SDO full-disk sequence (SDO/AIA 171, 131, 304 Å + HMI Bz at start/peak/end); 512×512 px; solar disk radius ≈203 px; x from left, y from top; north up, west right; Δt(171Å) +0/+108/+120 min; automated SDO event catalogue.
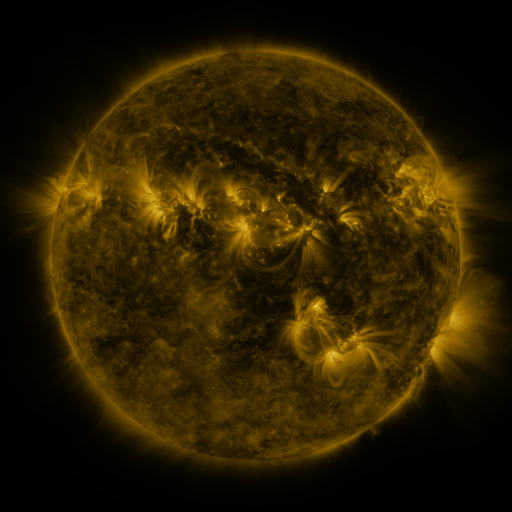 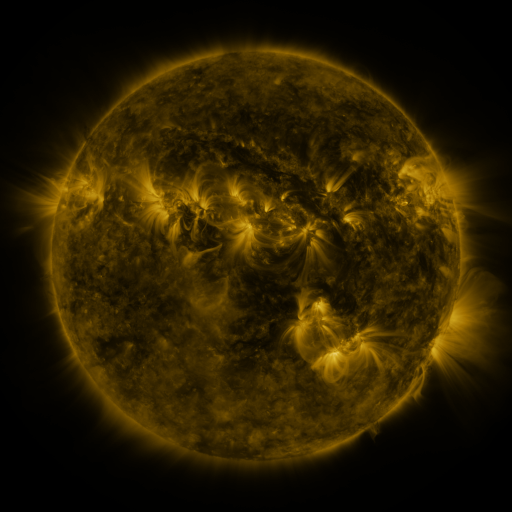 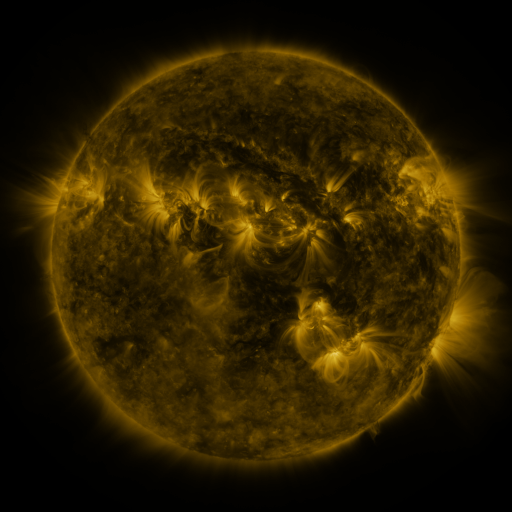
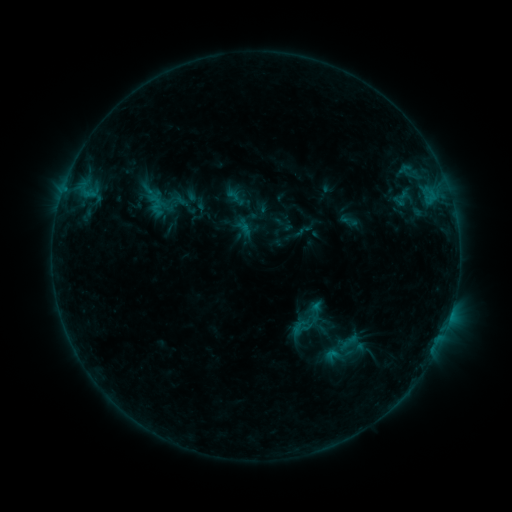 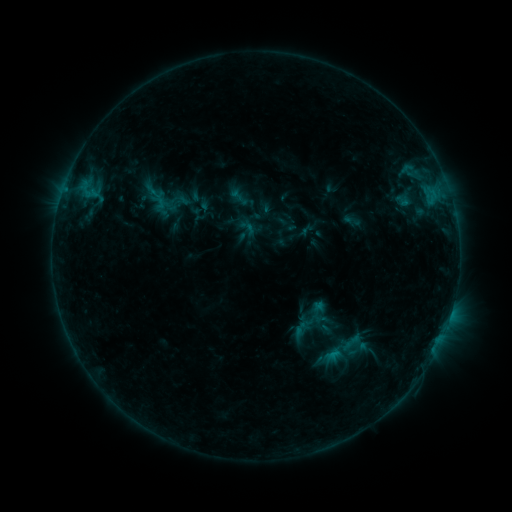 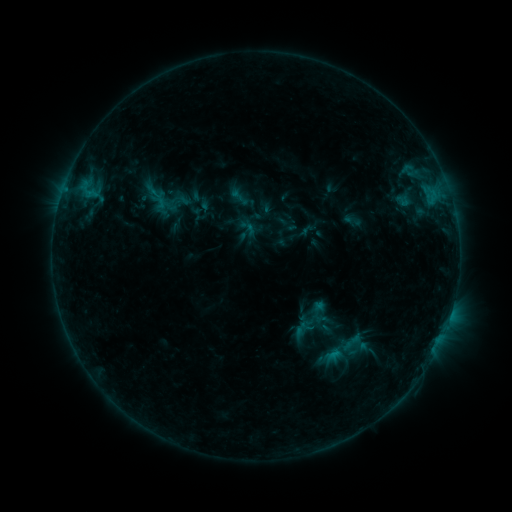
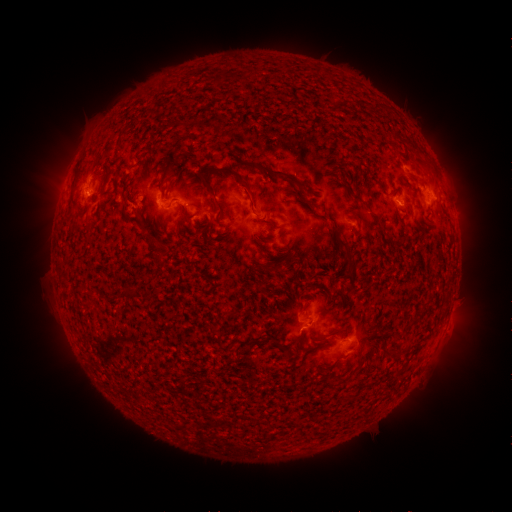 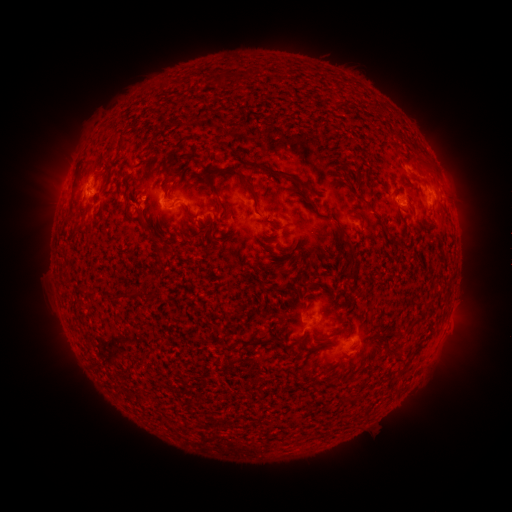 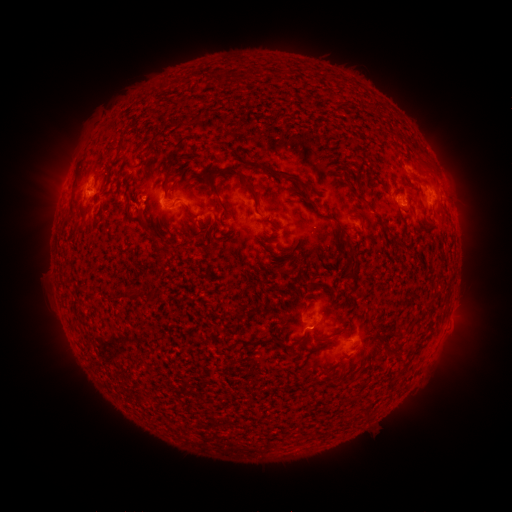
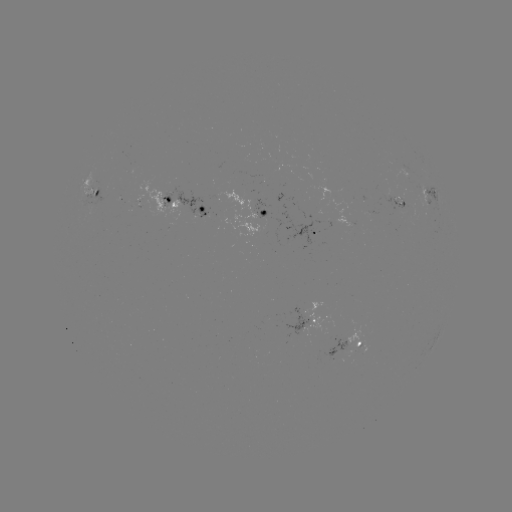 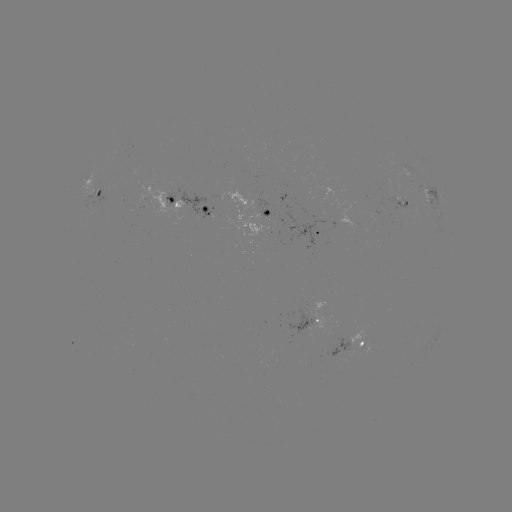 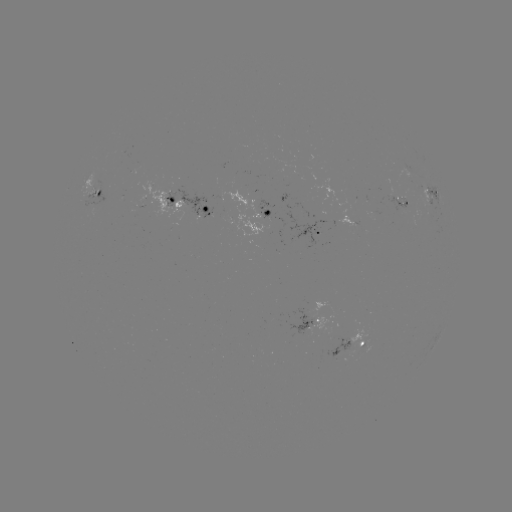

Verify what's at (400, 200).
emerging-flux region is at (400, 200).